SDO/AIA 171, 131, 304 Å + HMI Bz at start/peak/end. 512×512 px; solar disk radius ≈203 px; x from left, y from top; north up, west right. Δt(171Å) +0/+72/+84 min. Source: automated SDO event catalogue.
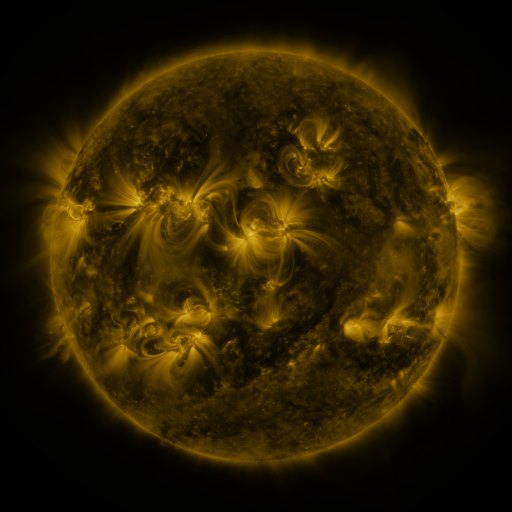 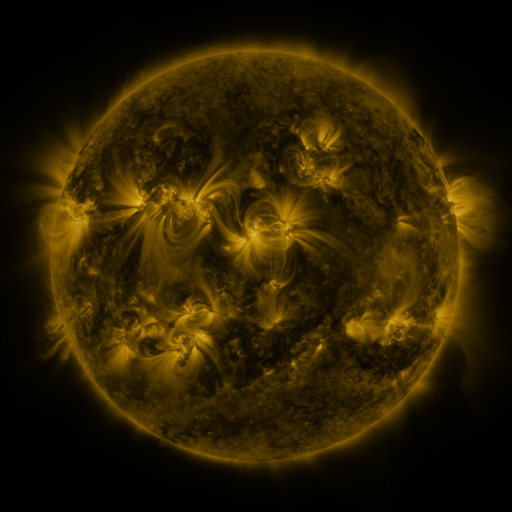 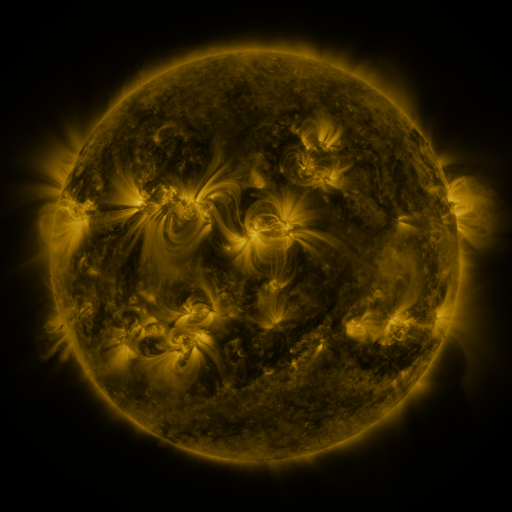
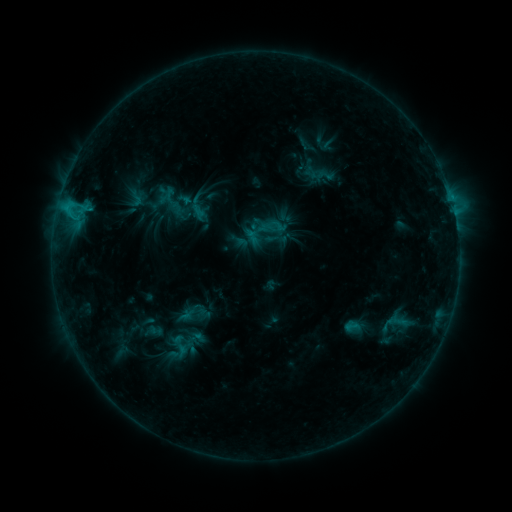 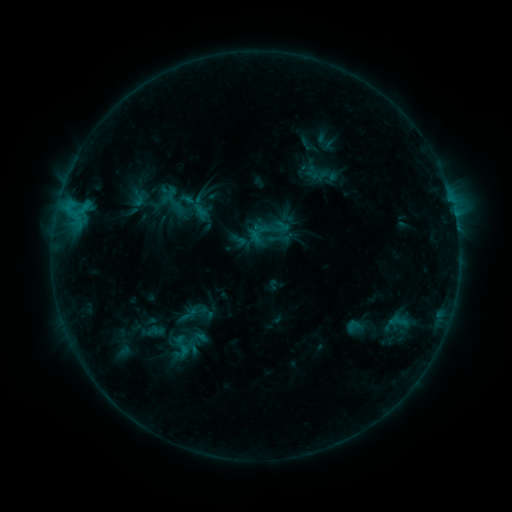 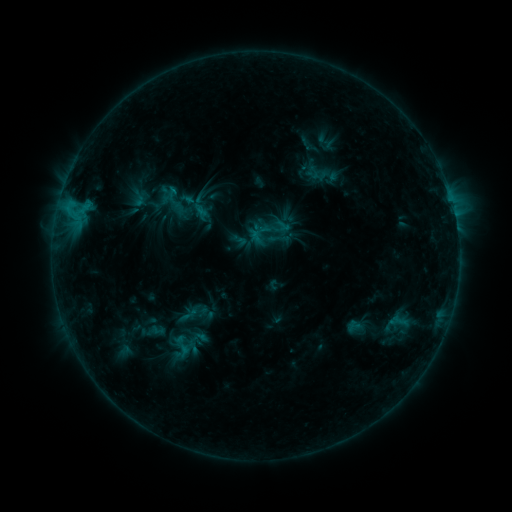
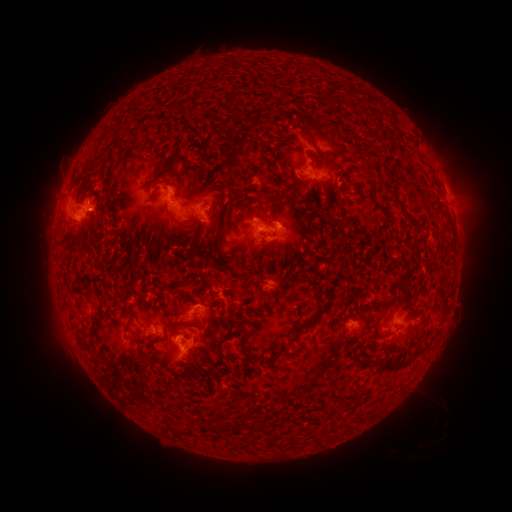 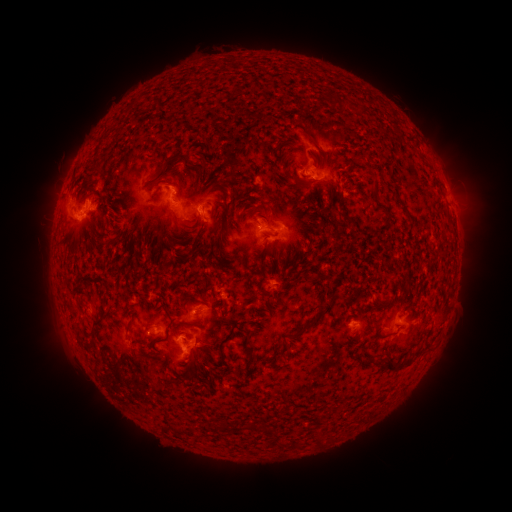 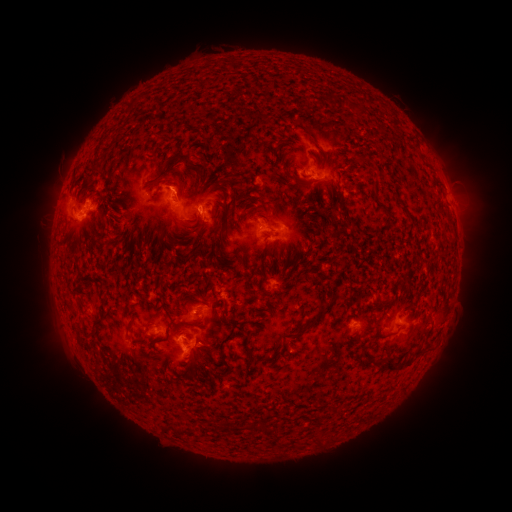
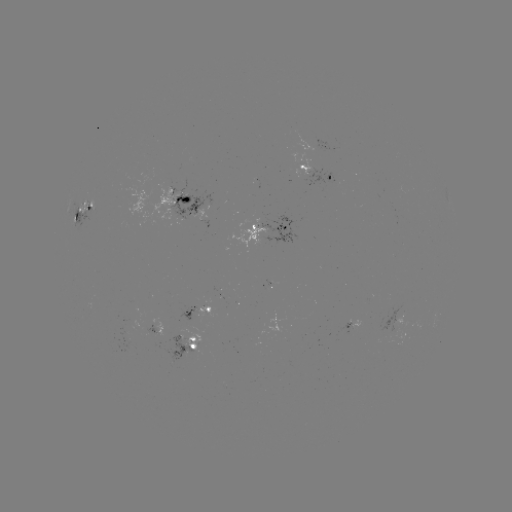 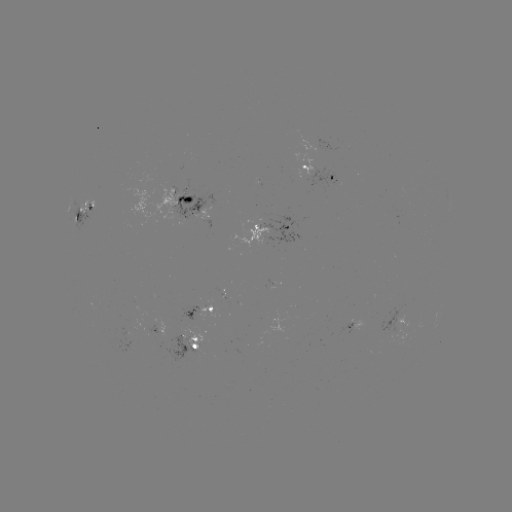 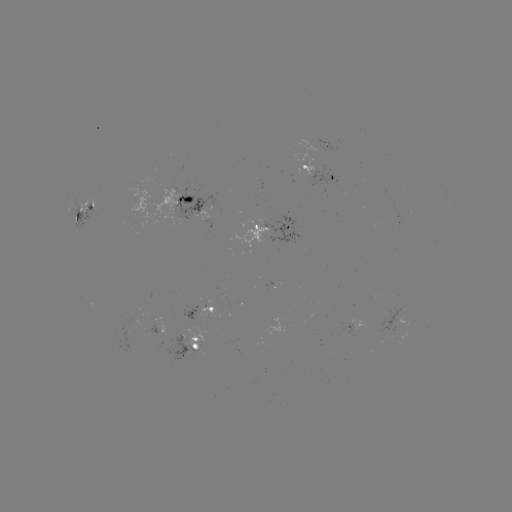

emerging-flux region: <bbox>146, 325, 161, 334</bbox>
